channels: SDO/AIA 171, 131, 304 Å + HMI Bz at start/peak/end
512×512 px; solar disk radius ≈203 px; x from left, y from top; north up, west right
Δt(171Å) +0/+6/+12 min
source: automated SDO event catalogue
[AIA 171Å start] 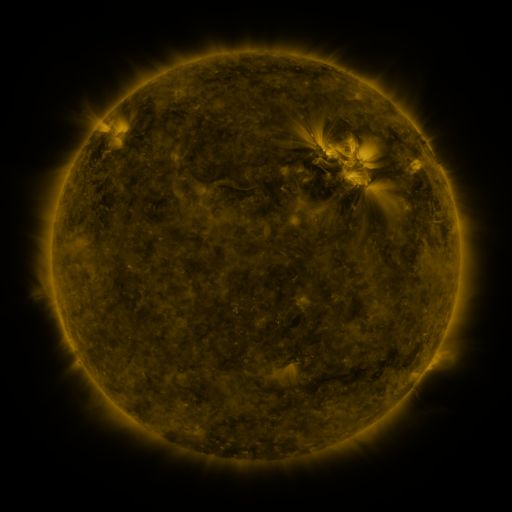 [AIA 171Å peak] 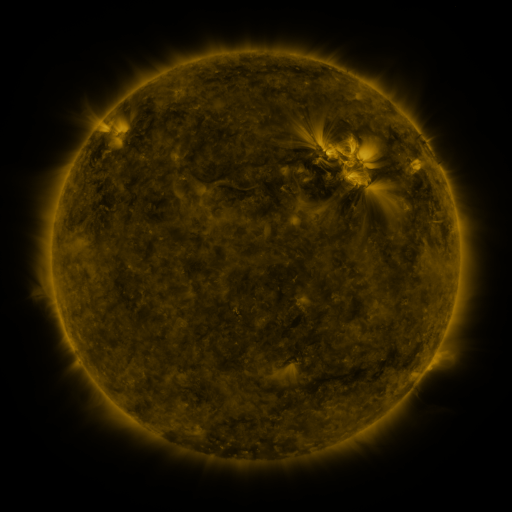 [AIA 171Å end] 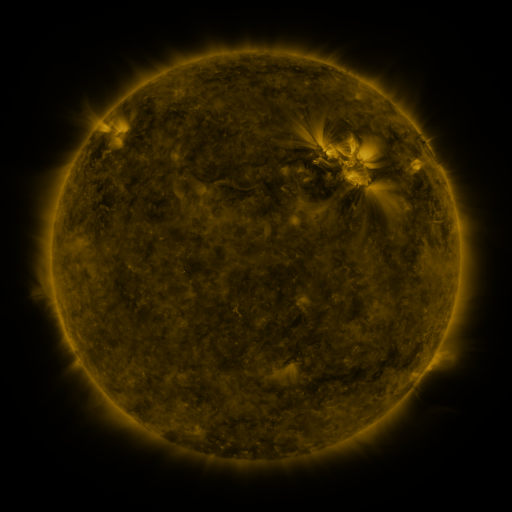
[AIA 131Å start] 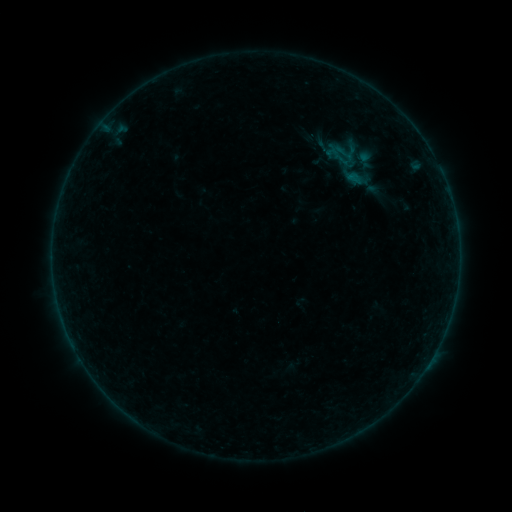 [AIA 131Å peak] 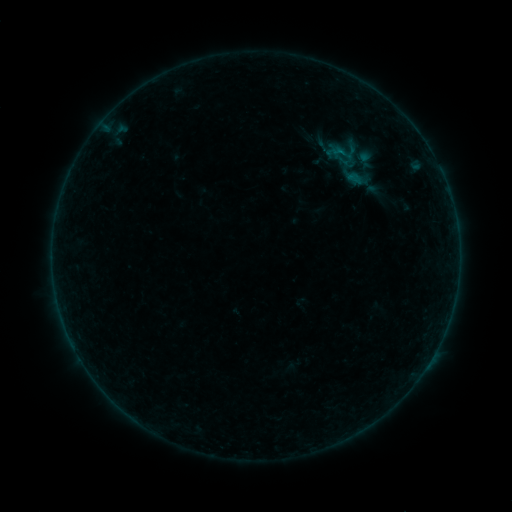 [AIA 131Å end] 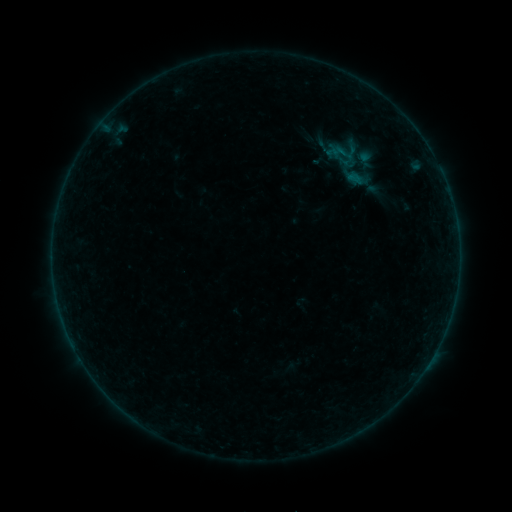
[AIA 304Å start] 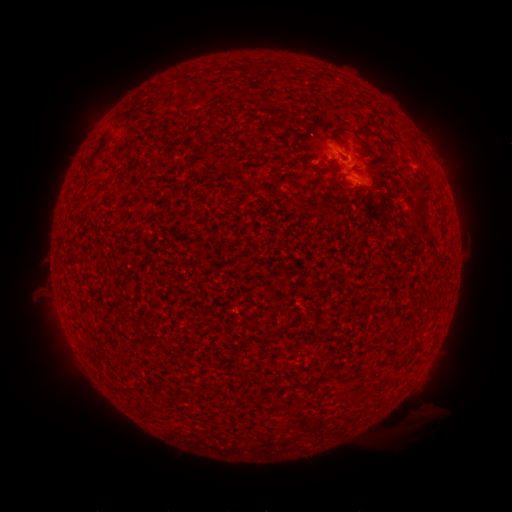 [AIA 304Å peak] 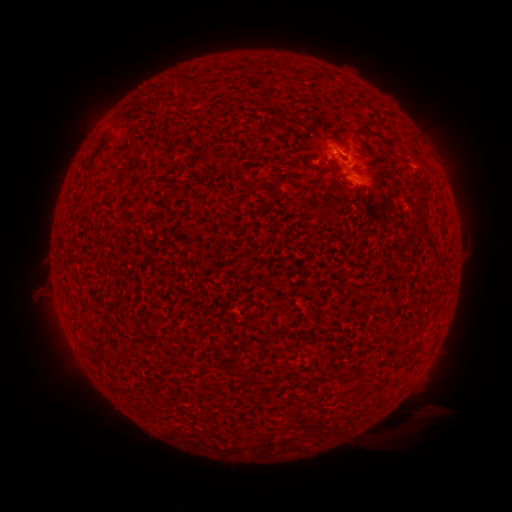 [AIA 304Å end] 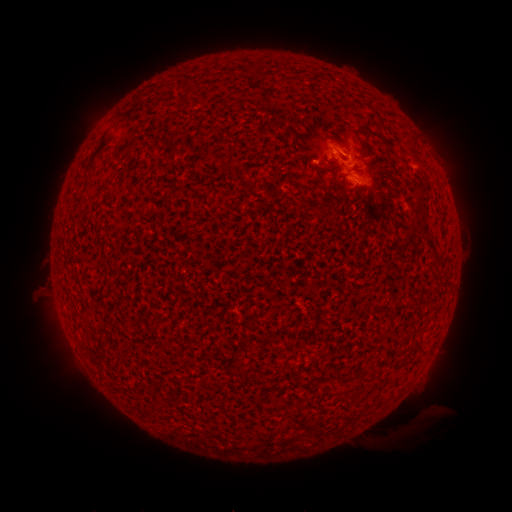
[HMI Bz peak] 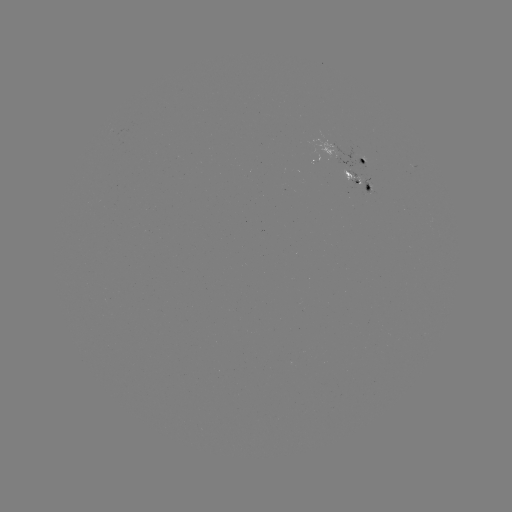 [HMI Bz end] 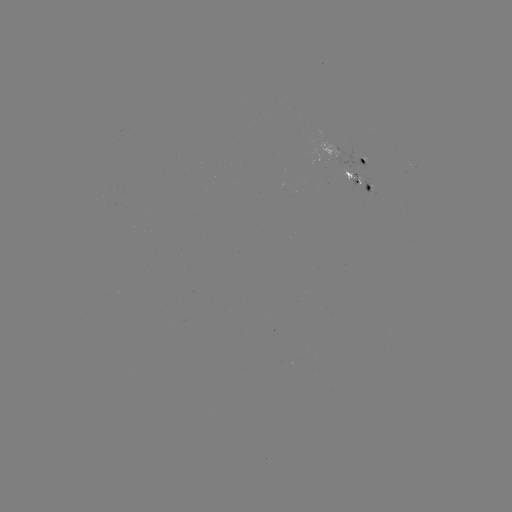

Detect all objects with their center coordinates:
B2.2 flare: (334, 154)
